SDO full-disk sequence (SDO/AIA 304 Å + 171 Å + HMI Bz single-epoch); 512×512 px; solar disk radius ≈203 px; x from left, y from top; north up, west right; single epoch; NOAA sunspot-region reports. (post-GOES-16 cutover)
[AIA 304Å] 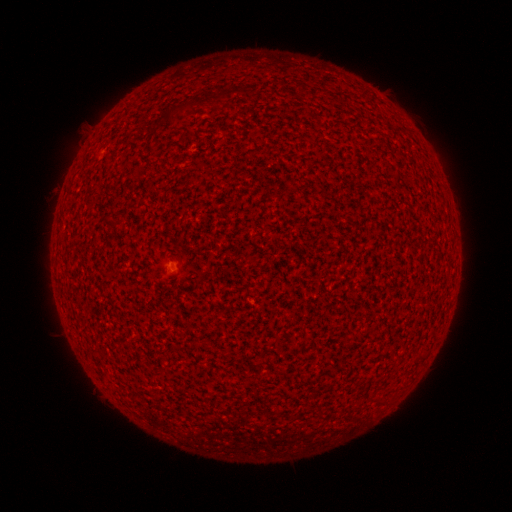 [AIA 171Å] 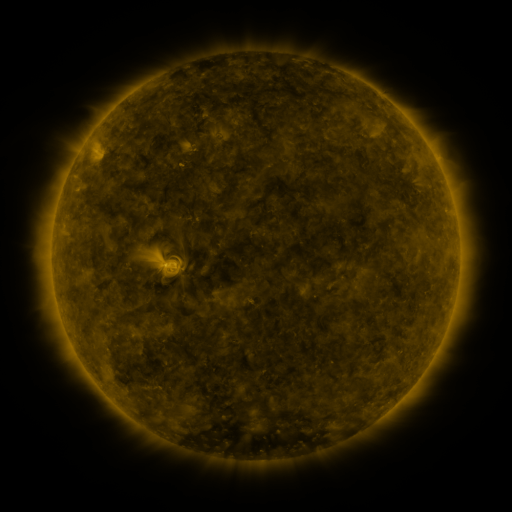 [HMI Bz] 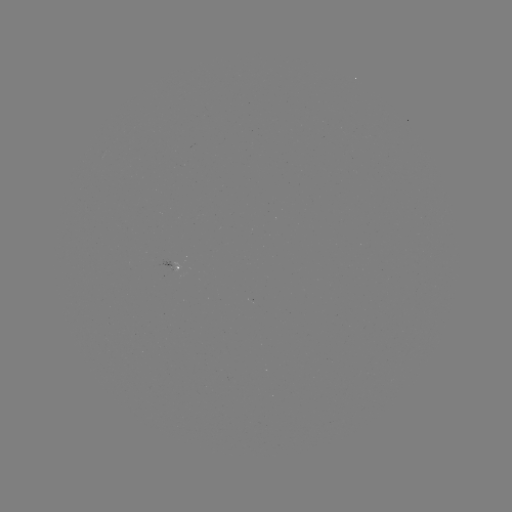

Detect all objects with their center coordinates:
spotted active region: (173, 266)
